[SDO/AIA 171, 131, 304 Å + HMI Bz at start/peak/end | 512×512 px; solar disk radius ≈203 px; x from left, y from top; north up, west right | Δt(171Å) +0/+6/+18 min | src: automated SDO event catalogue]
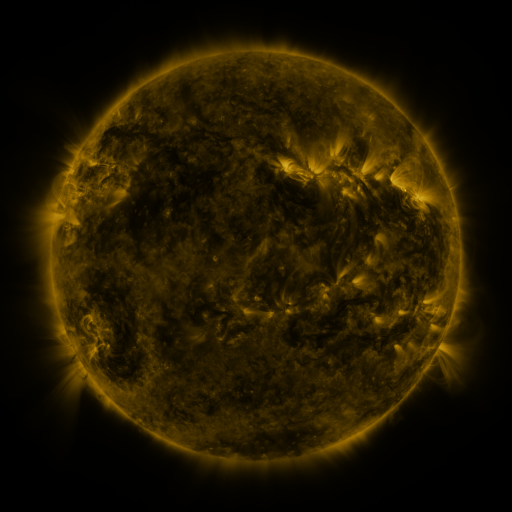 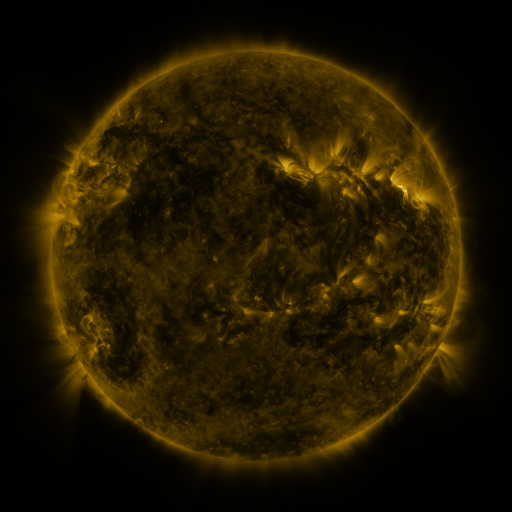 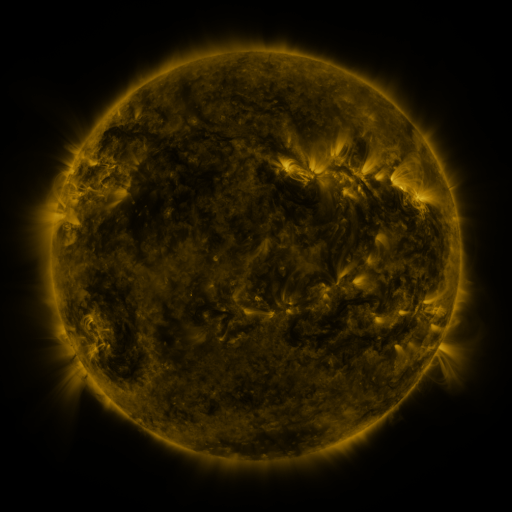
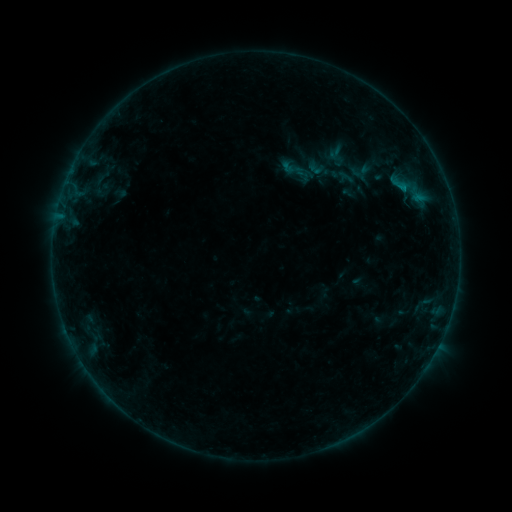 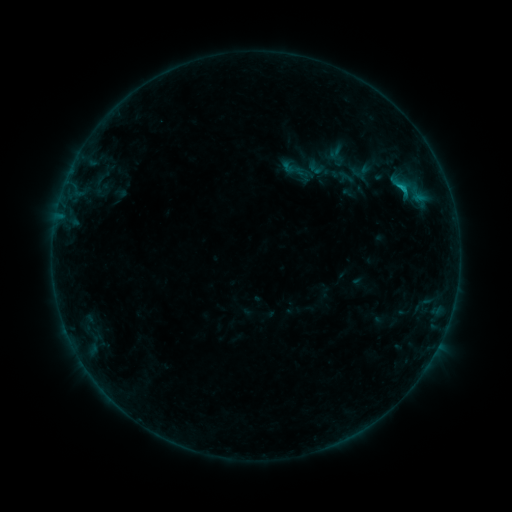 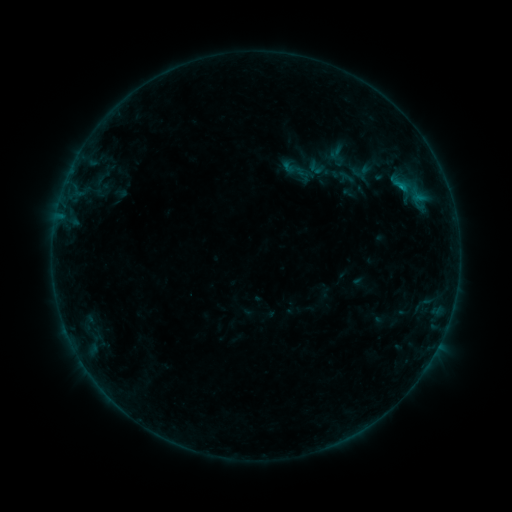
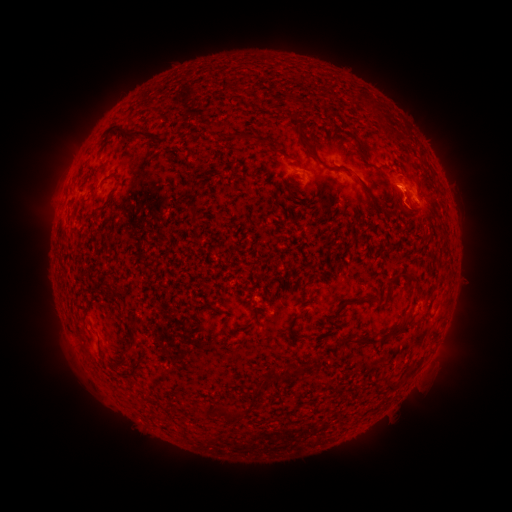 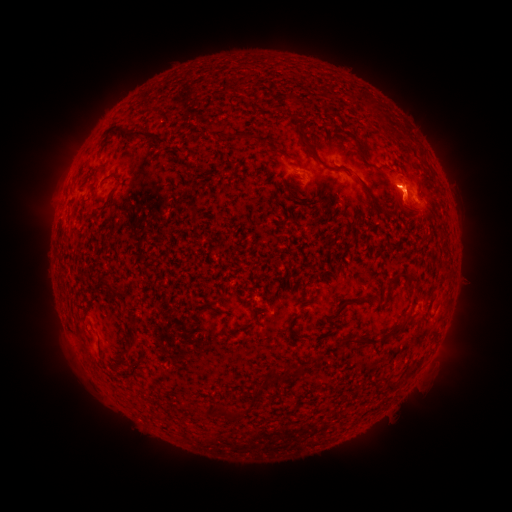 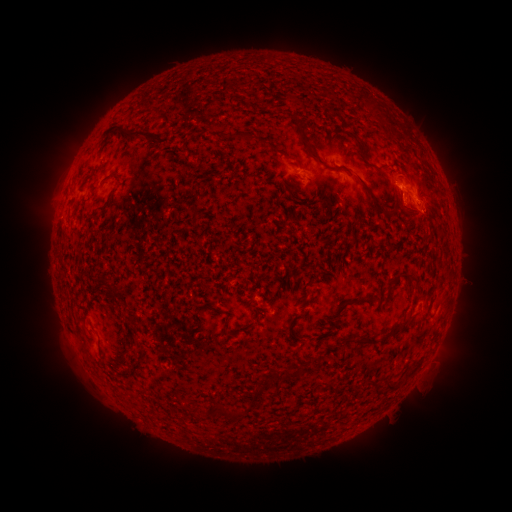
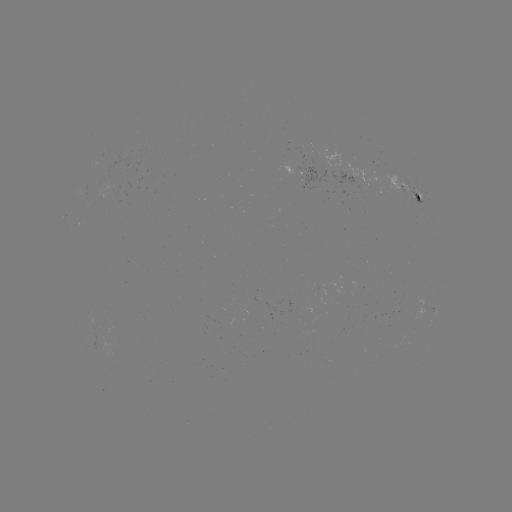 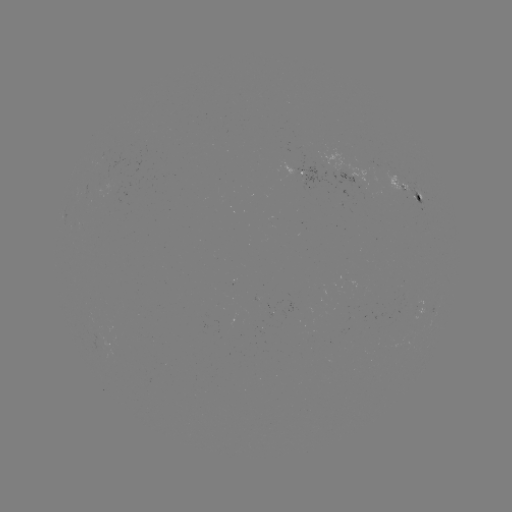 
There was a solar flare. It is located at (399, 189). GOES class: B7.4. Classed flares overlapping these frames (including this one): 2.